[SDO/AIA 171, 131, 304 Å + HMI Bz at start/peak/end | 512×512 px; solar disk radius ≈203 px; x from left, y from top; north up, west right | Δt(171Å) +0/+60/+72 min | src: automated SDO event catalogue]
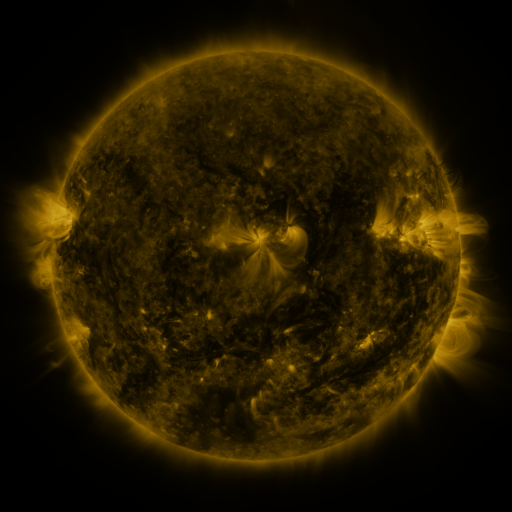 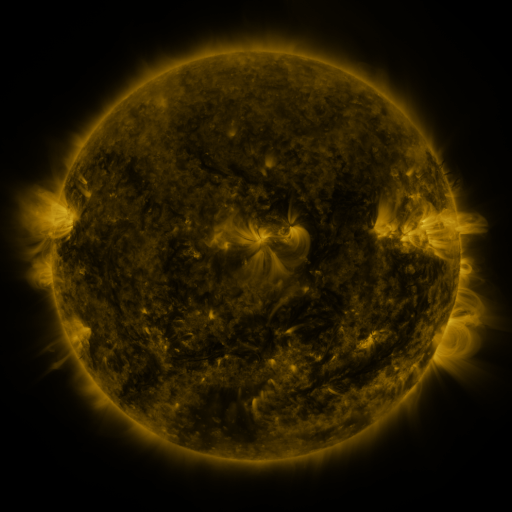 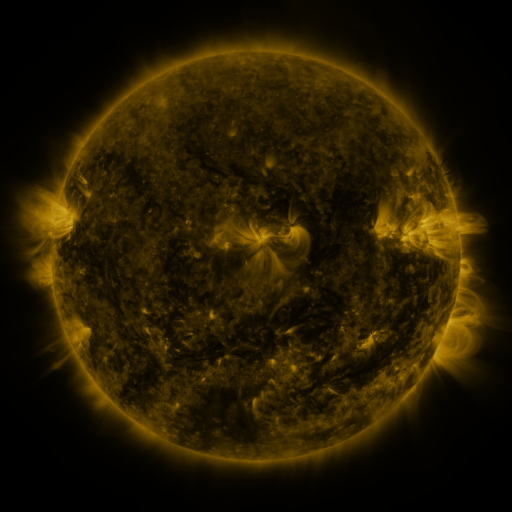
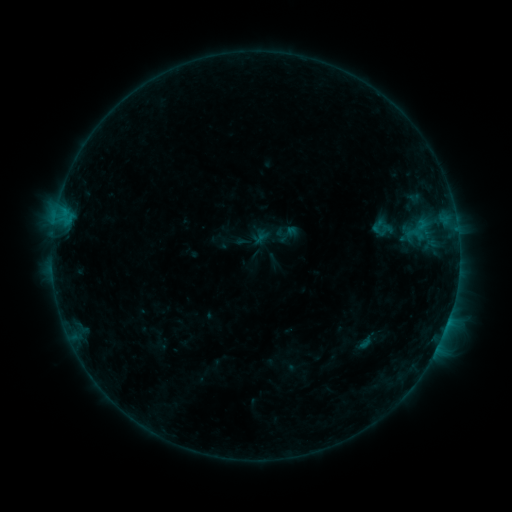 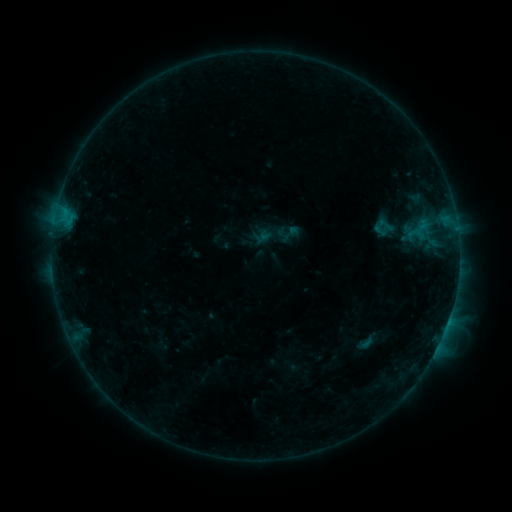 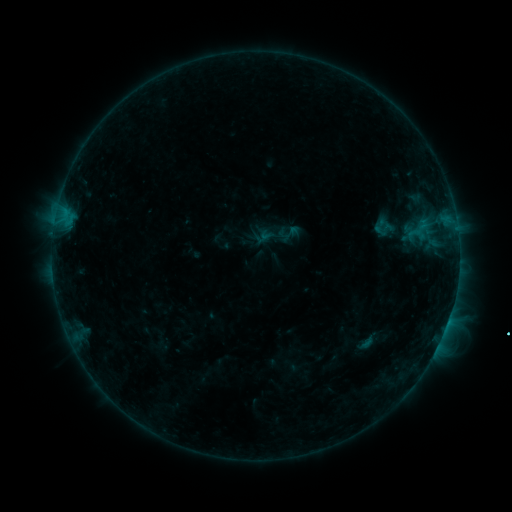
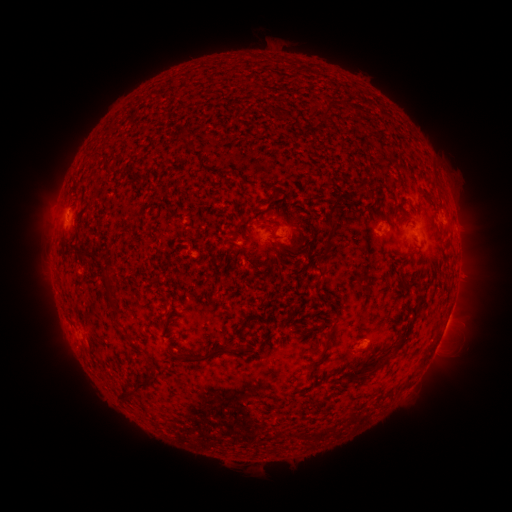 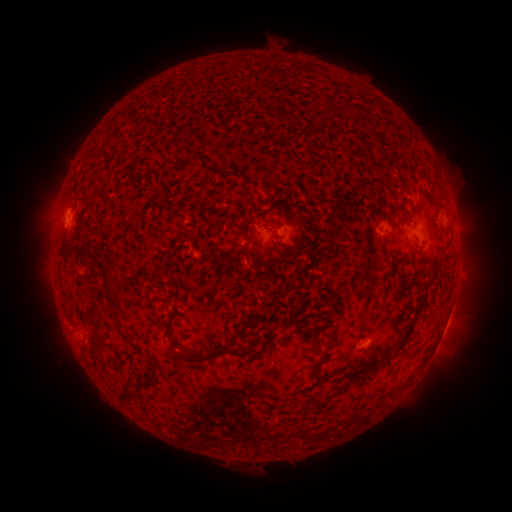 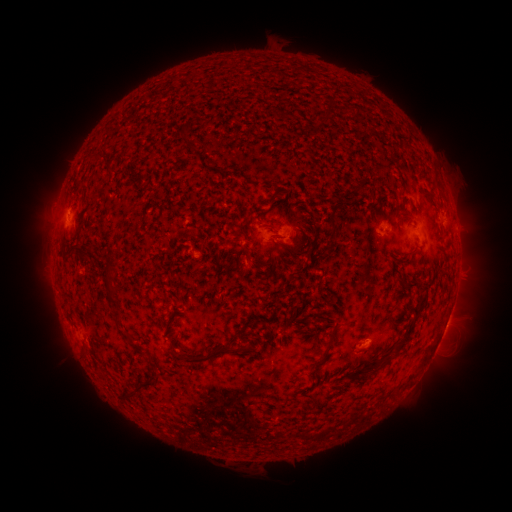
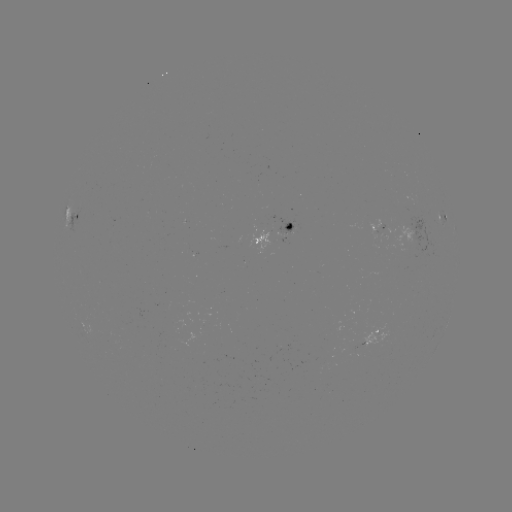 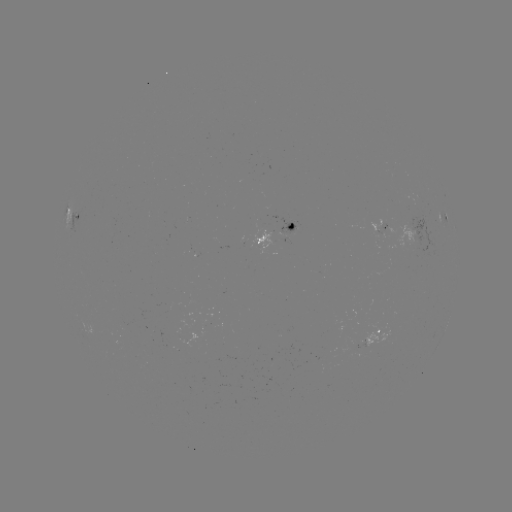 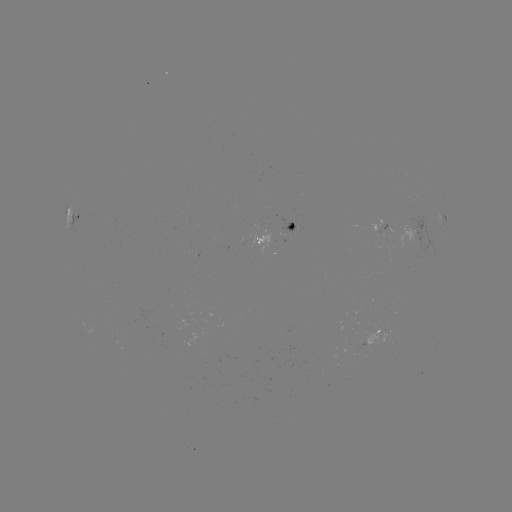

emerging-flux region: [375, 226, 386, 234]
